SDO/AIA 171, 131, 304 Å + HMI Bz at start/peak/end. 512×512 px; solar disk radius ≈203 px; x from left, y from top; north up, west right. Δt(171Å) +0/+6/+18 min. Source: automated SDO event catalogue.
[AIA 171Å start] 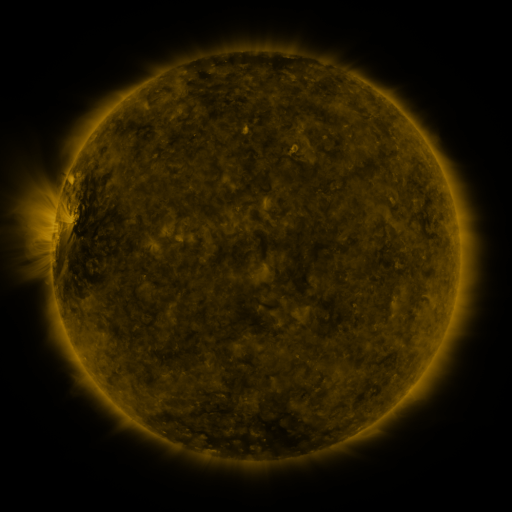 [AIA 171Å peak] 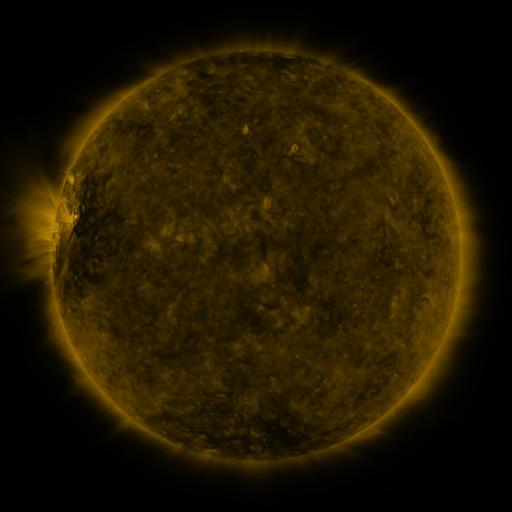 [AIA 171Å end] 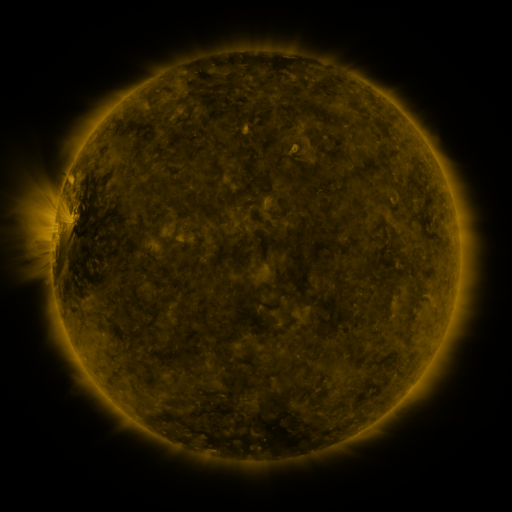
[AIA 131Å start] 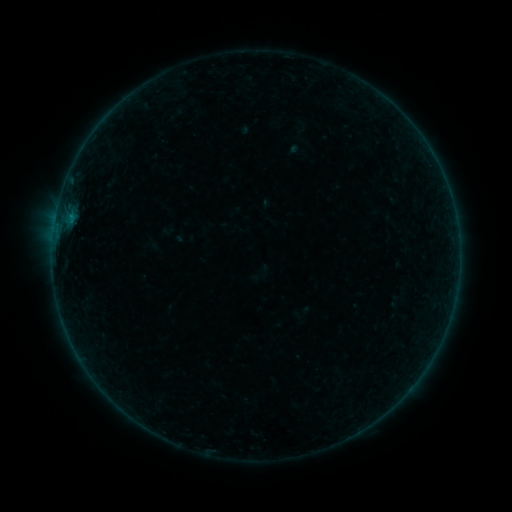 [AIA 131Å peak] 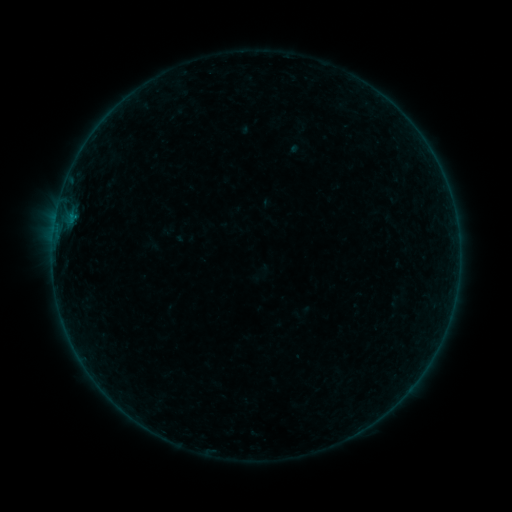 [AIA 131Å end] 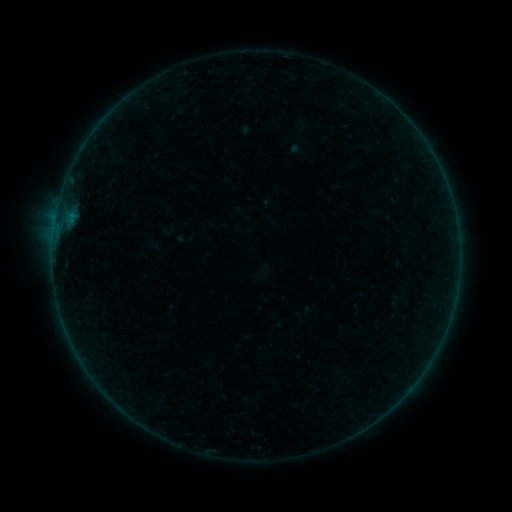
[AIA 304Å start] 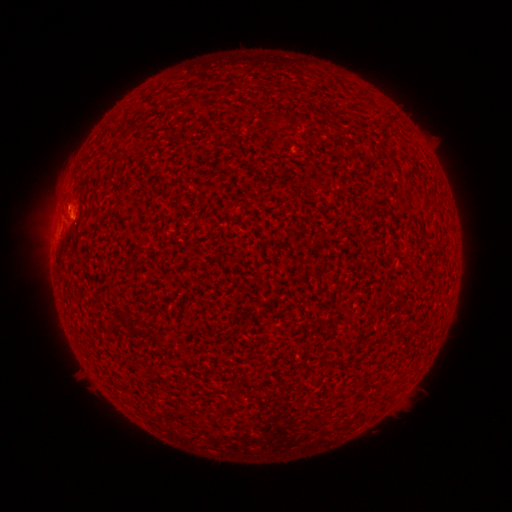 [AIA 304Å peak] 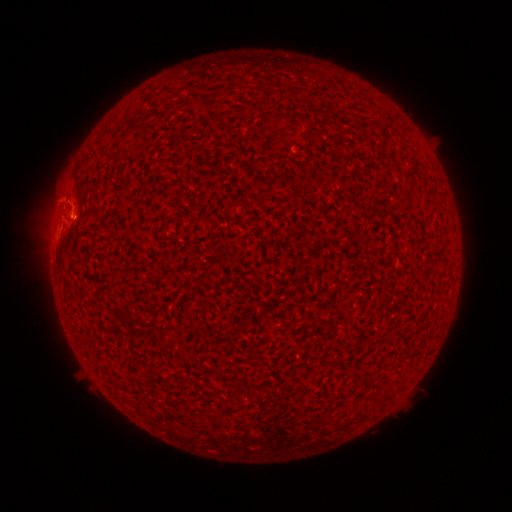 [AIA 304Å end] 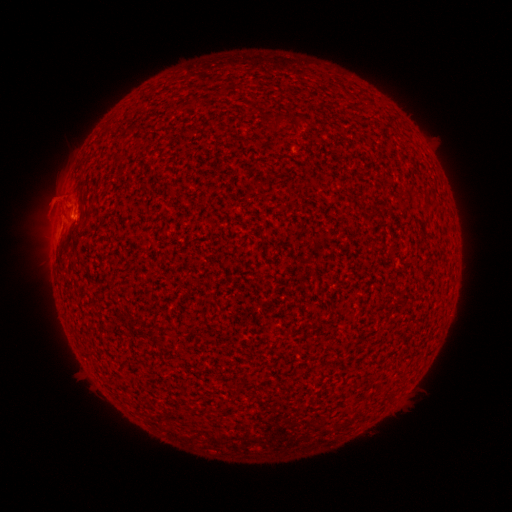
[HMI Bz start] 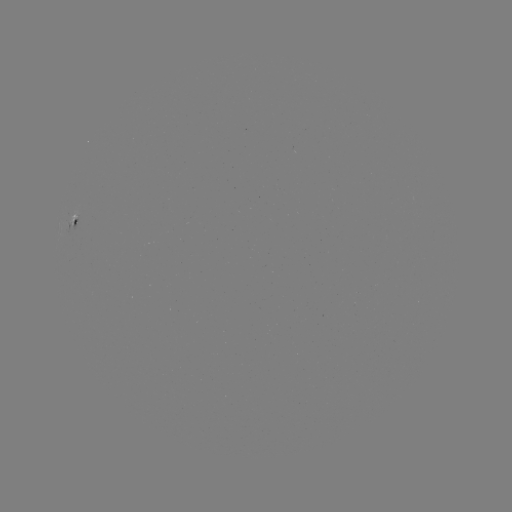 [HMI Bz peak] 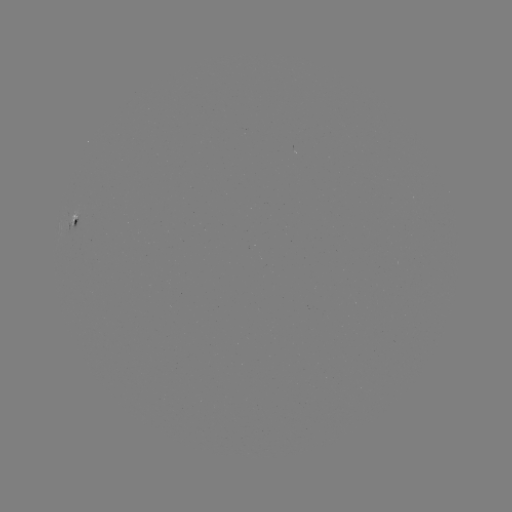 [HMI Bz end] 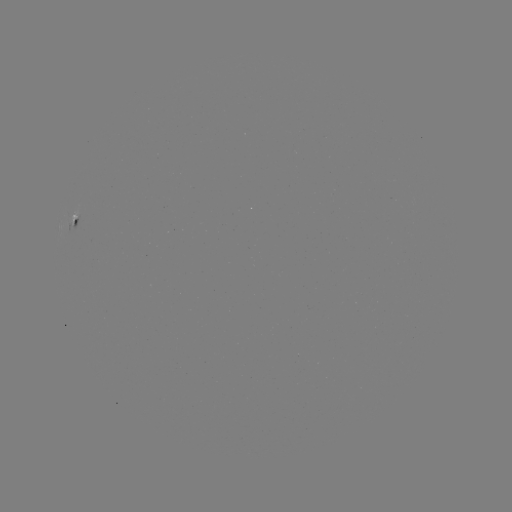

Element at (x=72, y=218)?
B1.5 flare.